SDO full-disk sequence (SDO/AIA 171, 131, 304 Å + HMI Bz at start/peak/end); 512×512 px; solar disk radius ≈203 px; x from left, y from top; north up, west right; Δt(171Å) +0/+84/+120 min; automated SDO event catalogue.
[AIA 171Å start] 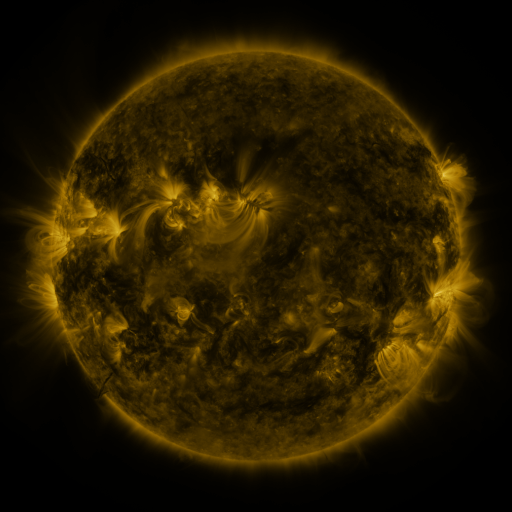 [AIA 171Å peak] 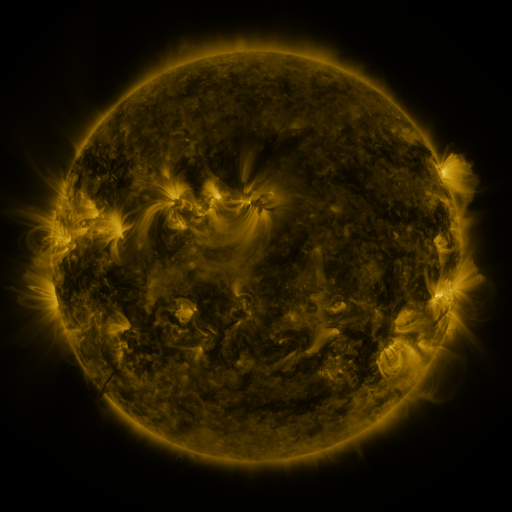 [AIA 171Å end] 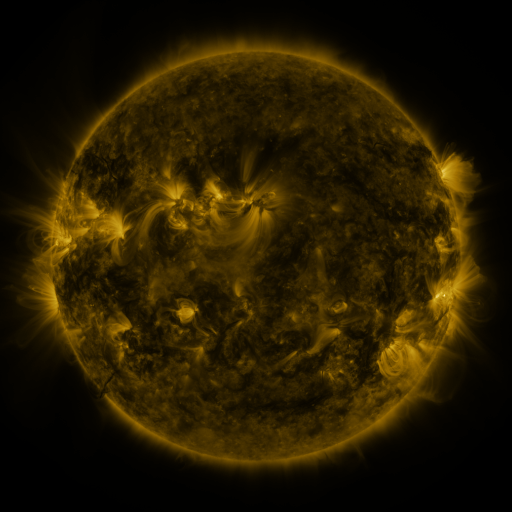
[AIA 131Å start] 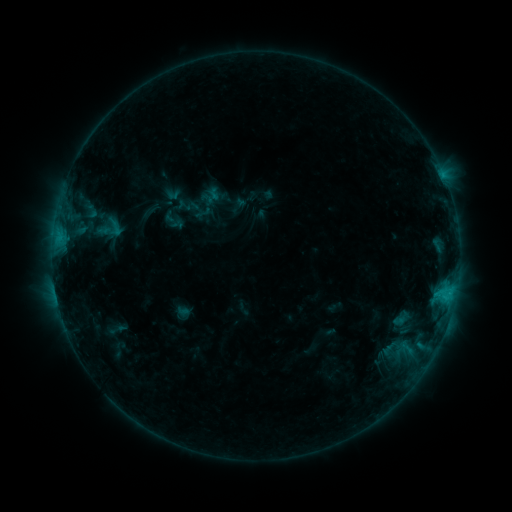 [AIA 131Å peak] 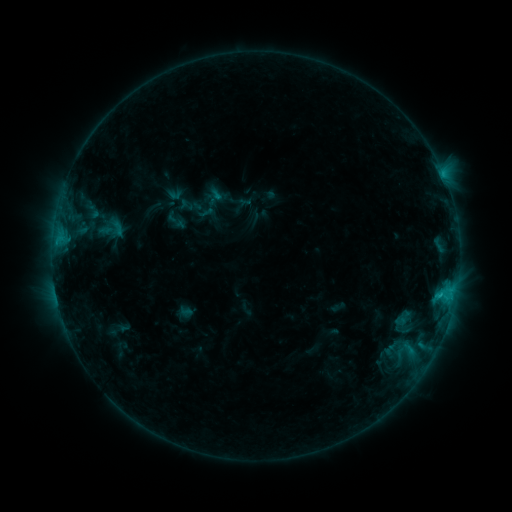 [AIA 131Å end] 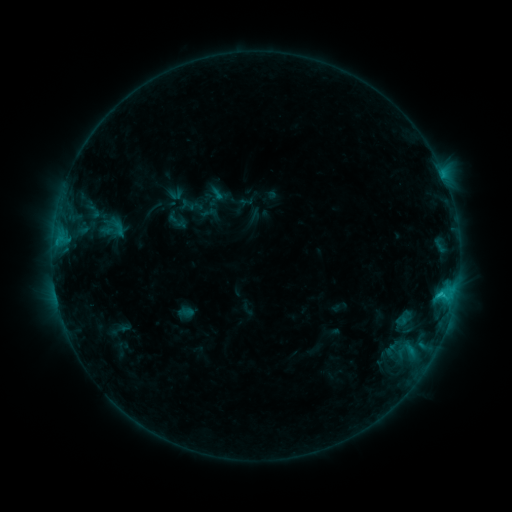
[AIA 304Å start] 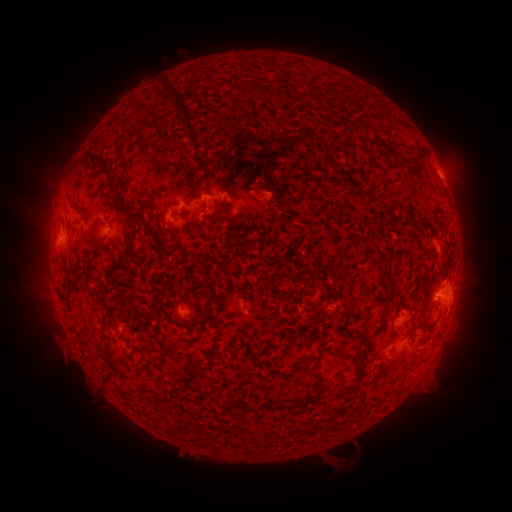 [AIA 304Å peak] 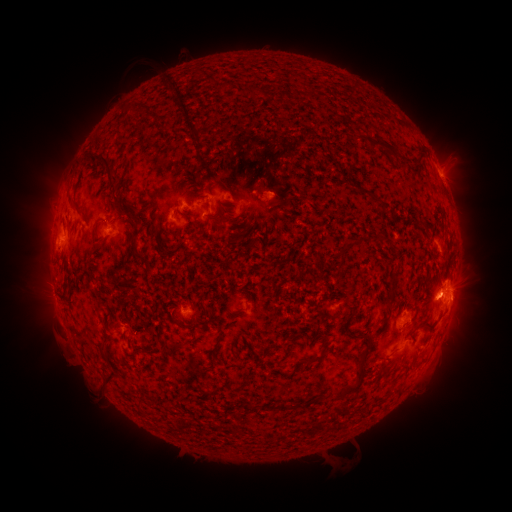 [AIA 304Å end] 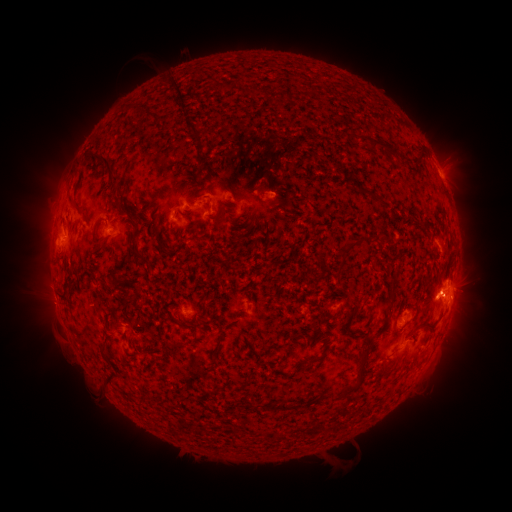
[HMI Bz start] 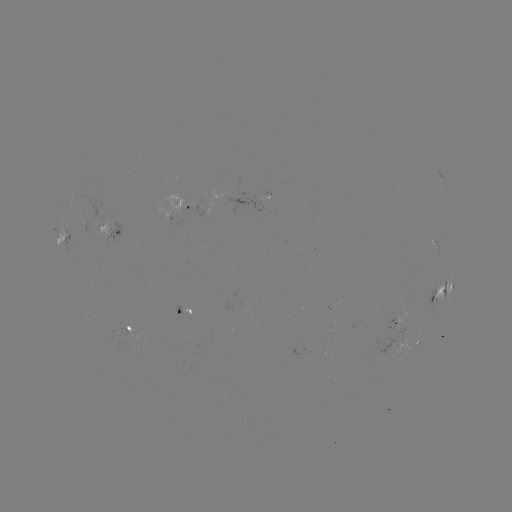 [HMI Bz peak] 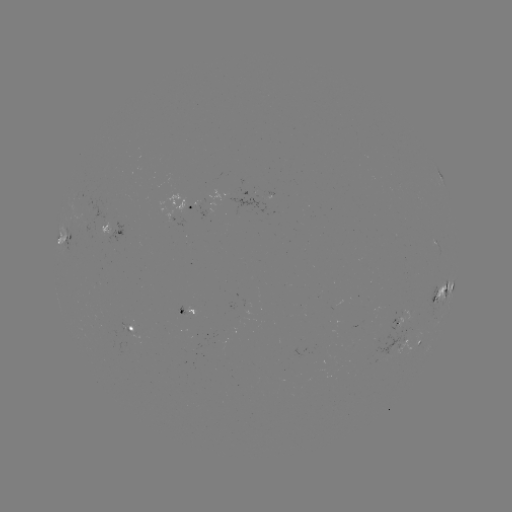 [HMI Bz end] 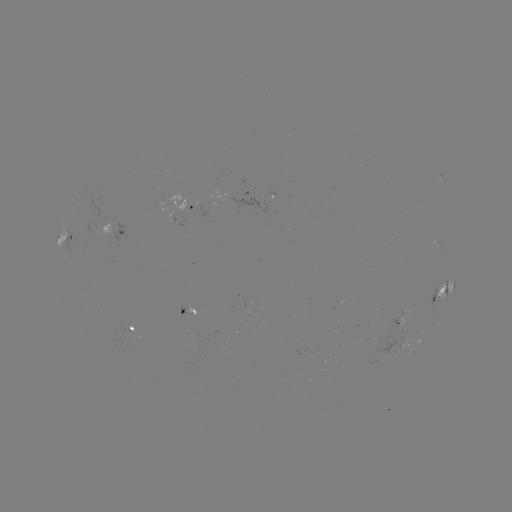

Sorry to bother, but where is emerging-flux region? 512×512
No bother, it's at (136, 335).